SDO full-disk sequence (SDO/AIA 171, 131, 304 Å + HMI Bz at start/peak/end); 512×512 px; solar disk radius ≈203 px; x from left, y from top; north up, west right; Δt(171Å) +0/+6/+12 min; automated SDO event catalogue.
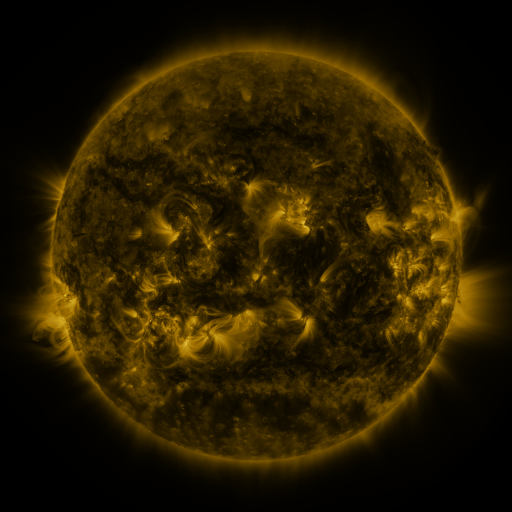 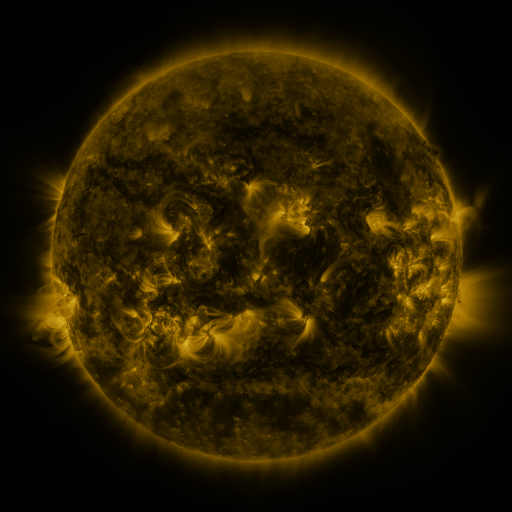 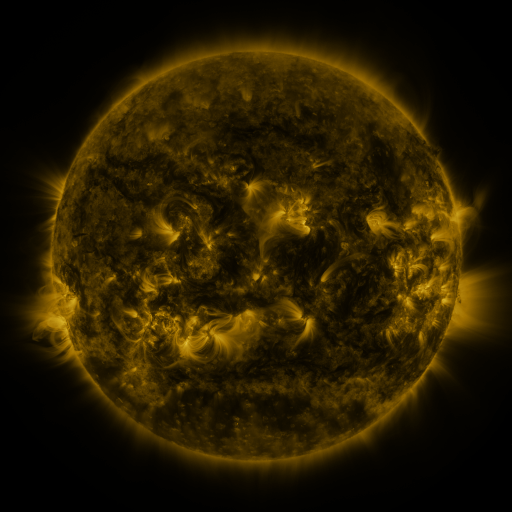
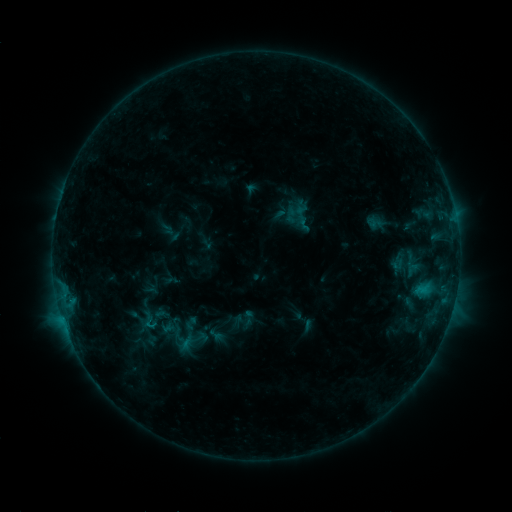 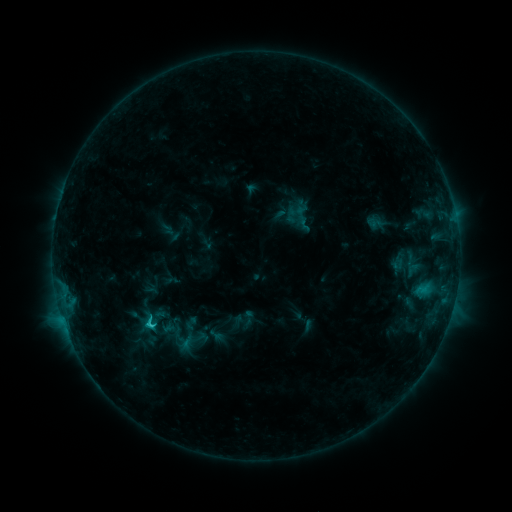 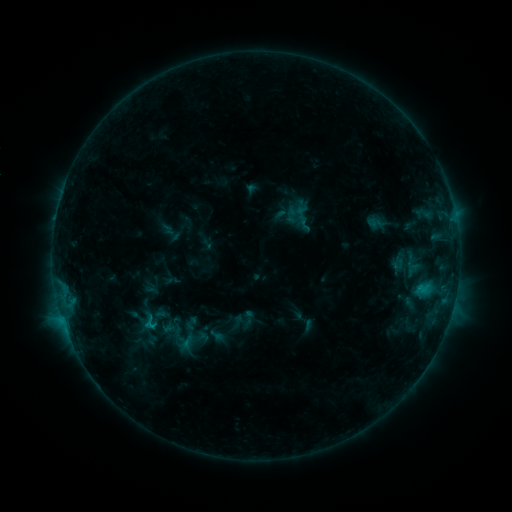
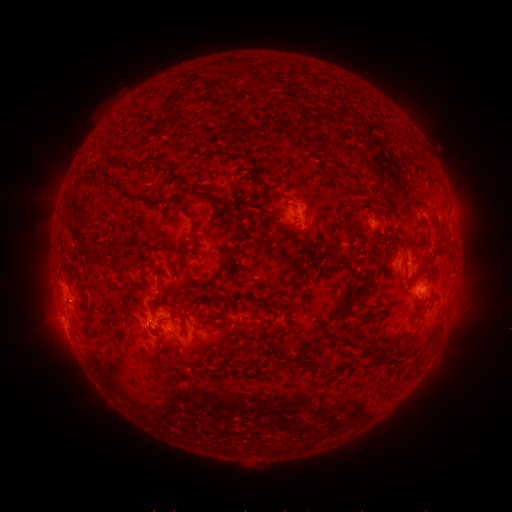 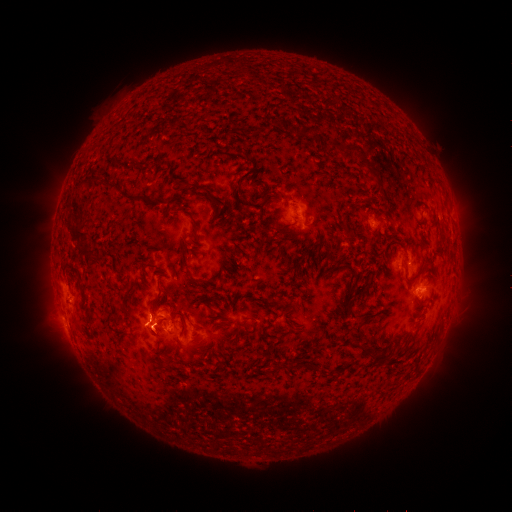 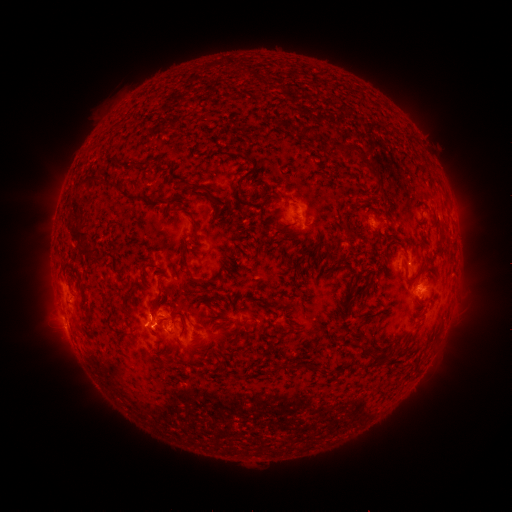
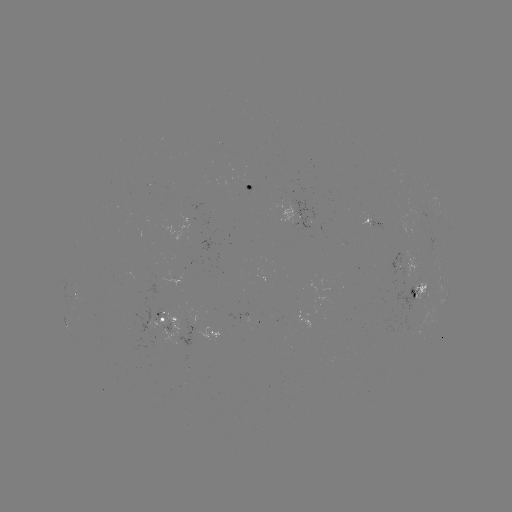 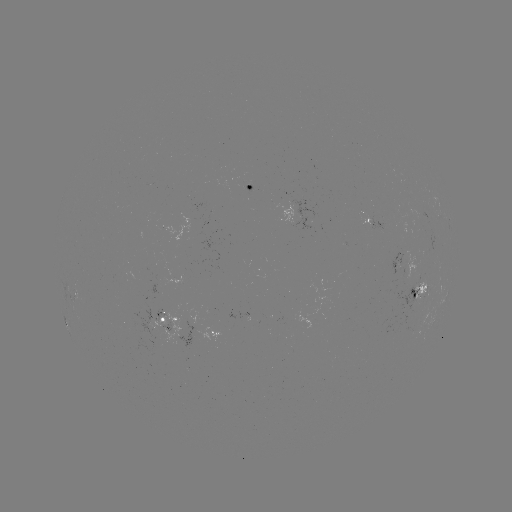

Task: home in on C1.3 flare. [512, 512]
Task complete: [149, 322].